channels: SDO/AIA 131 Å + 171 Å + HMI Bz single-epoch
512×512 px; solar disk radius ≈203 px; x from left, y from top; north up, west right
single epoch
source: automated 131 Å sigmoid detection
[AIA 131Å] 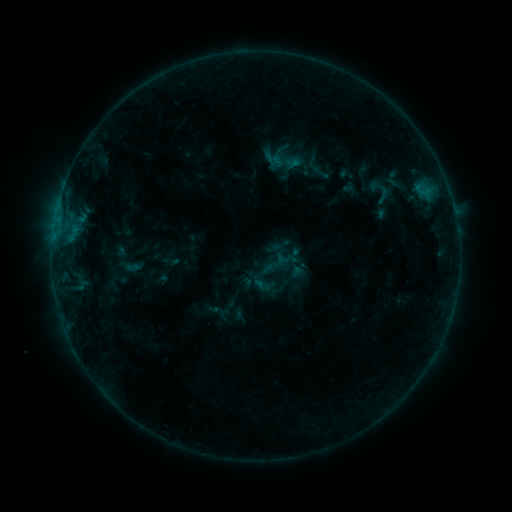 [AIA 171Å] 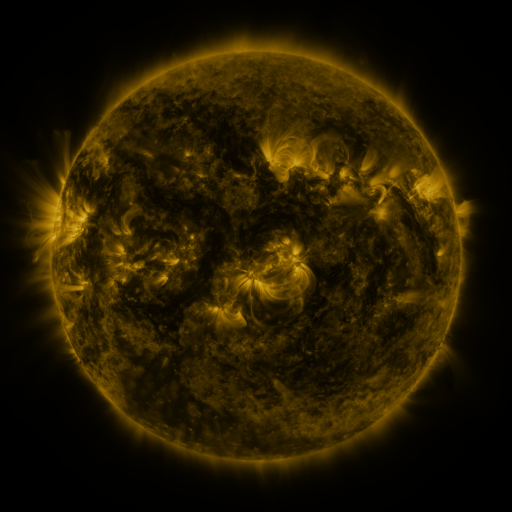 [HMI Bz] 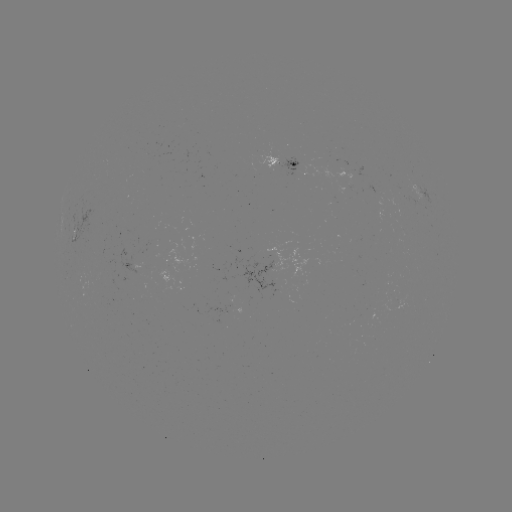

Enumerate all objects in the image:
sigmoid: [371, 184, 396, 208]
